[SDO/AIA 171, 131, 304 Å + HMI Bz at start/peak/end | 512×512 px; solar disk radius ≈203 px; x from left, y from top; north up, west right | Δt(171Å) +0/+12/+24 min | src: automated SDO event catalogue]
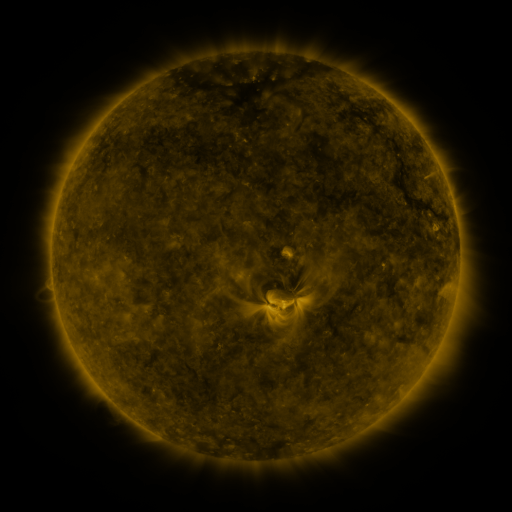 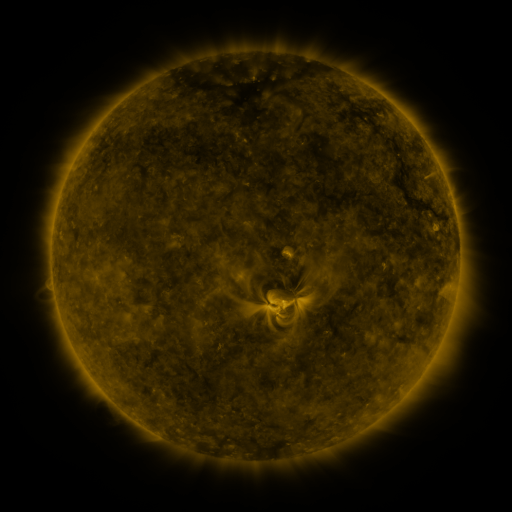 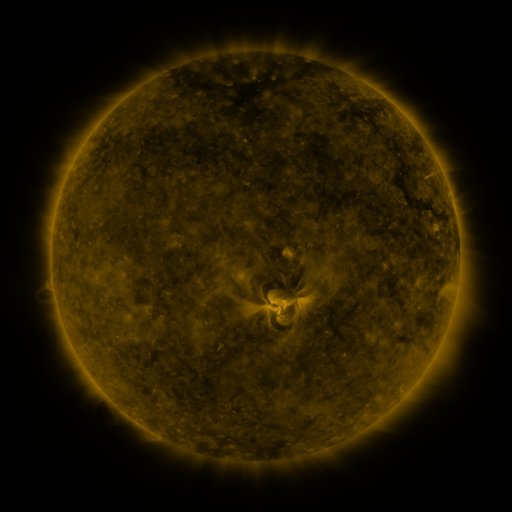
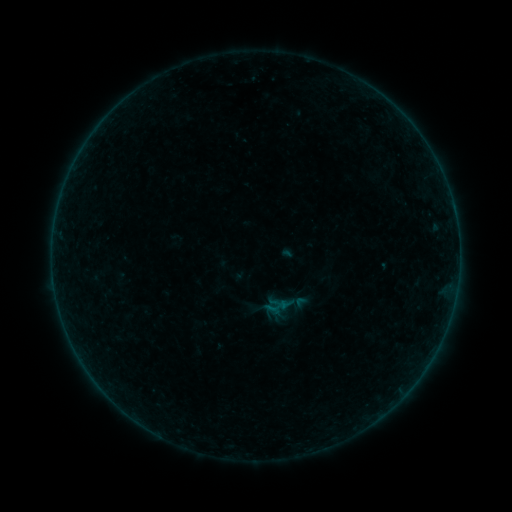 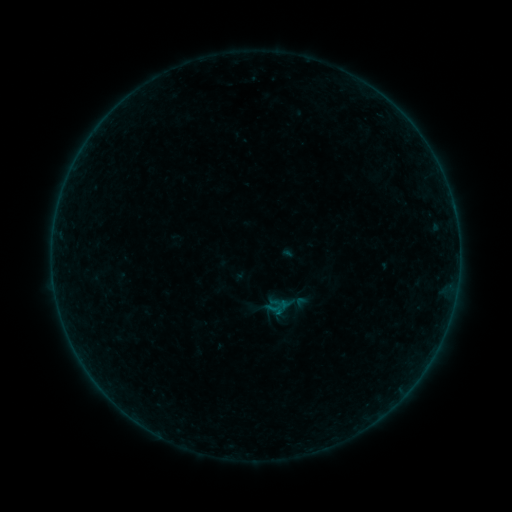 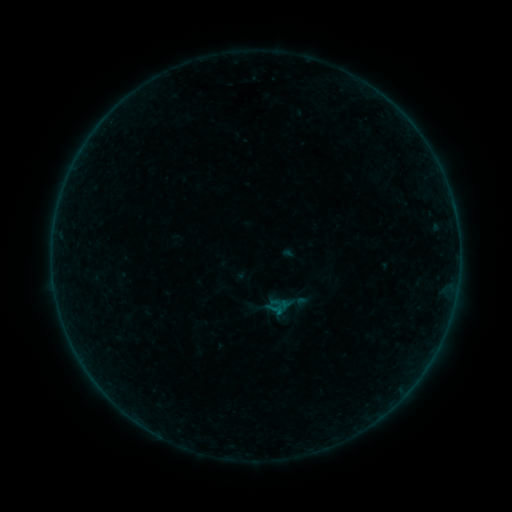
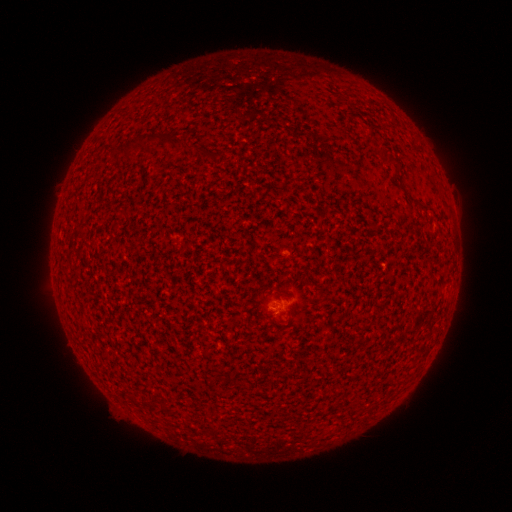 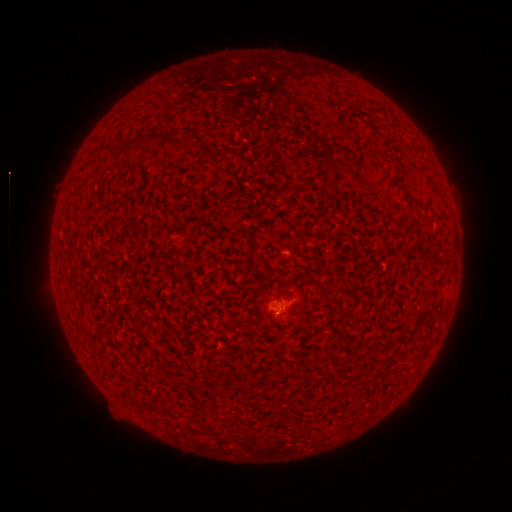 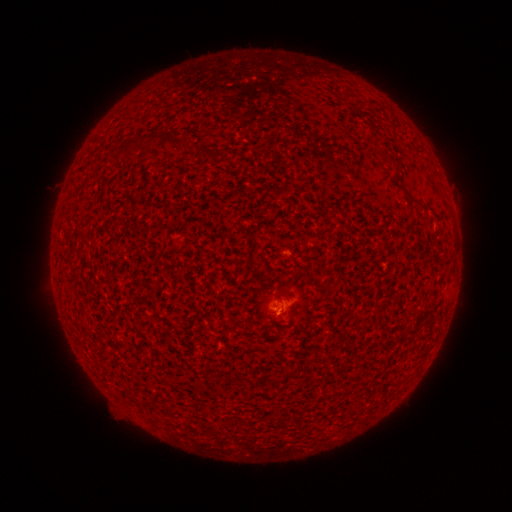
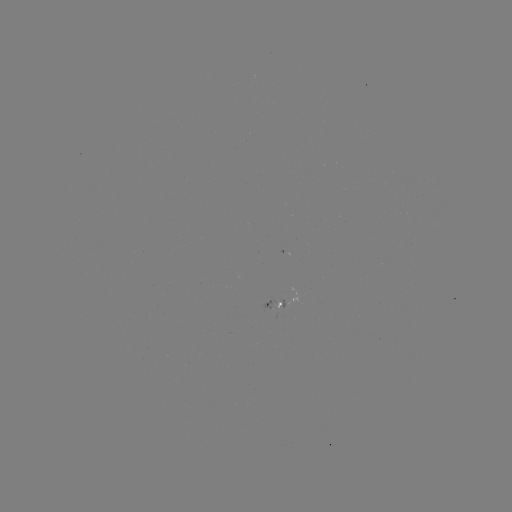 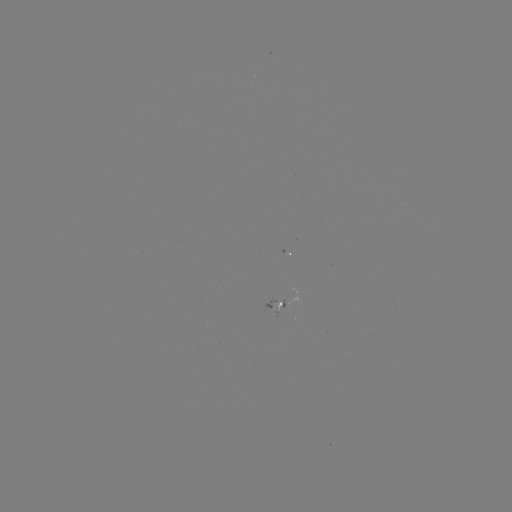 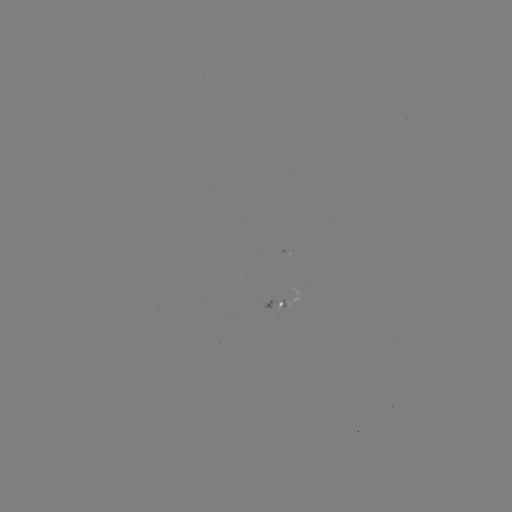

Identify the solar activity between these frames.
A6.8 flare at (277, 312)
